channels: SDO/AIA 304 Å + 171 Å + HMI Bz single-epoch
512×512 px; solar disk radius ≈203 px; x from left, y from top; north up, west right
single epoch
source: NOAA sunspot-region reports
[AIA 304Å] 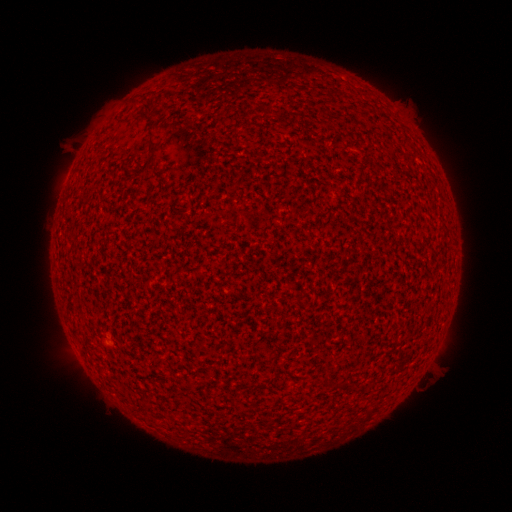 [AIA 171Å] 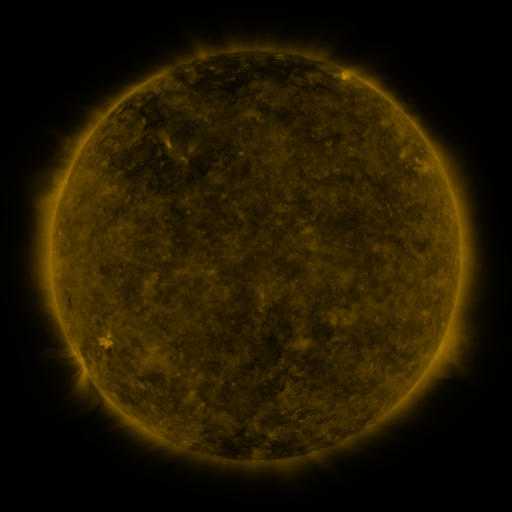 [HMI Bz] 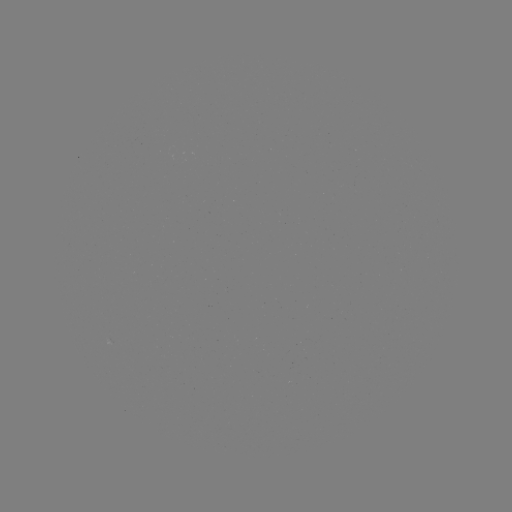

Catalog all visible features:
(none)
